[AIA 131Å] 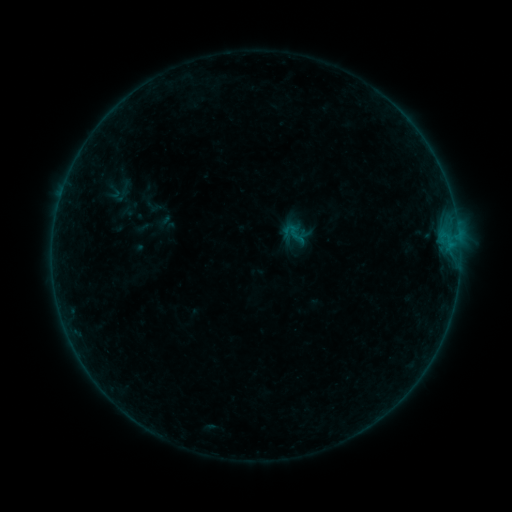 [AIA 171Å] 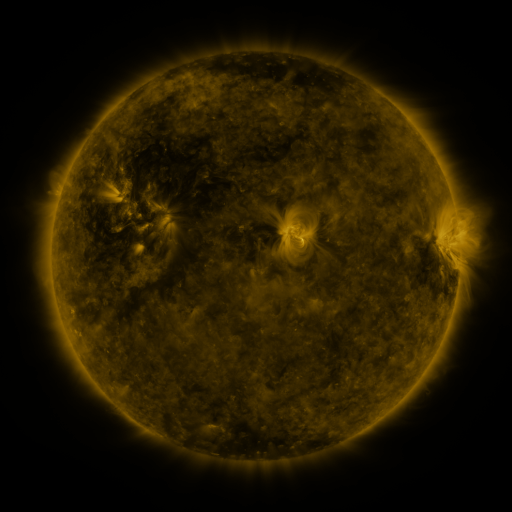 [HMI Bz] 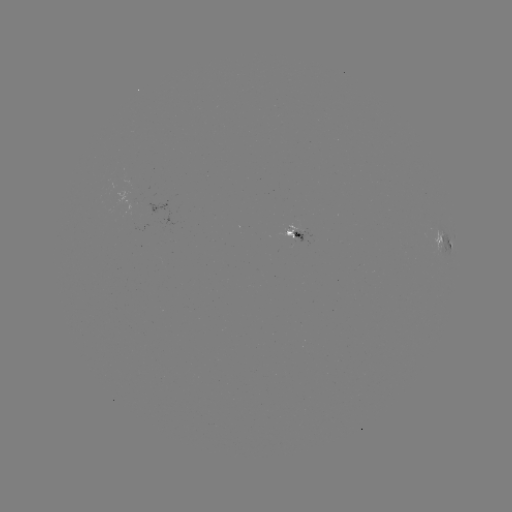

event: sigmoid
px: (294, 233)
